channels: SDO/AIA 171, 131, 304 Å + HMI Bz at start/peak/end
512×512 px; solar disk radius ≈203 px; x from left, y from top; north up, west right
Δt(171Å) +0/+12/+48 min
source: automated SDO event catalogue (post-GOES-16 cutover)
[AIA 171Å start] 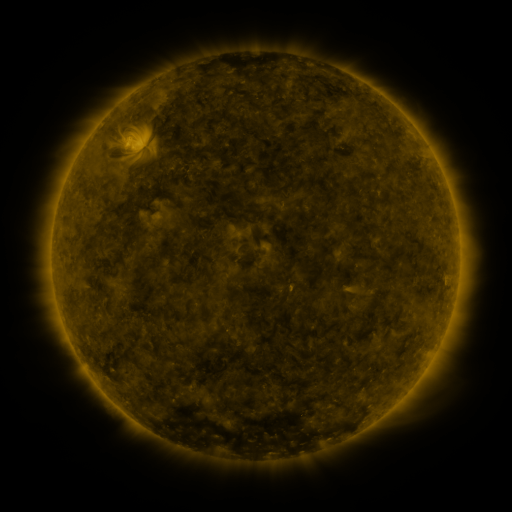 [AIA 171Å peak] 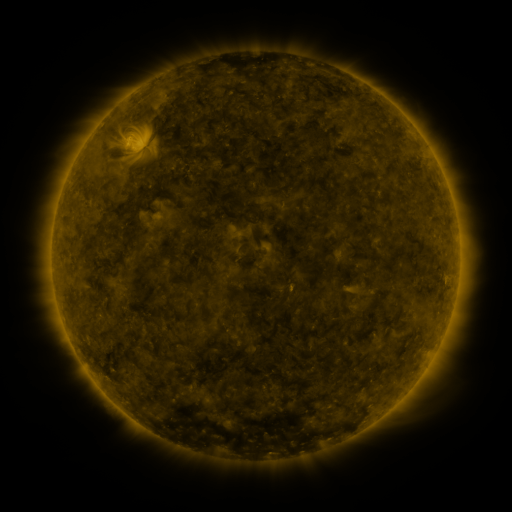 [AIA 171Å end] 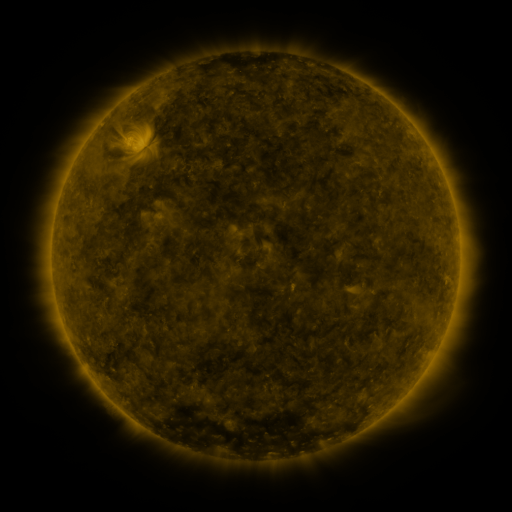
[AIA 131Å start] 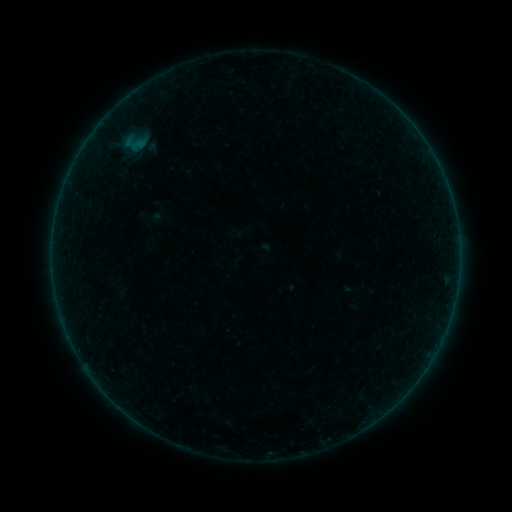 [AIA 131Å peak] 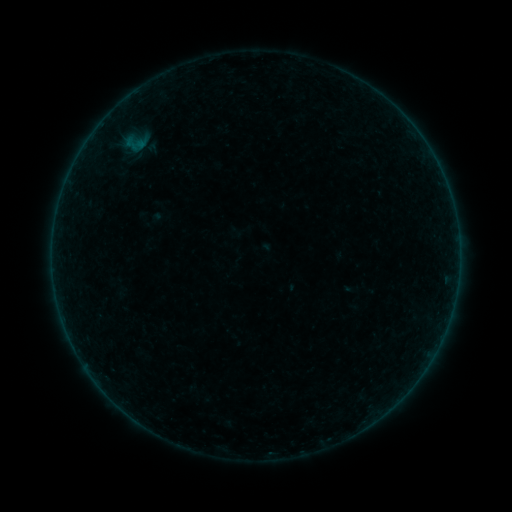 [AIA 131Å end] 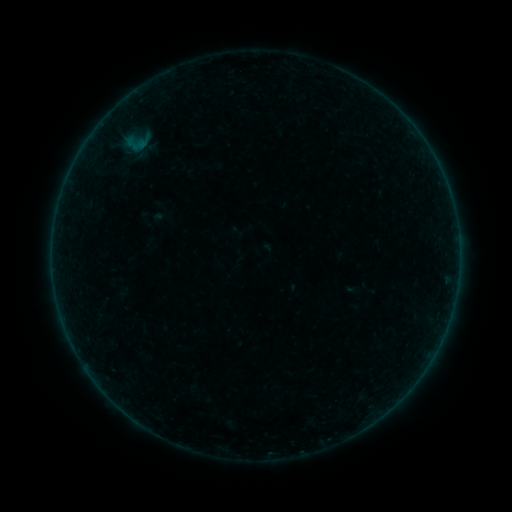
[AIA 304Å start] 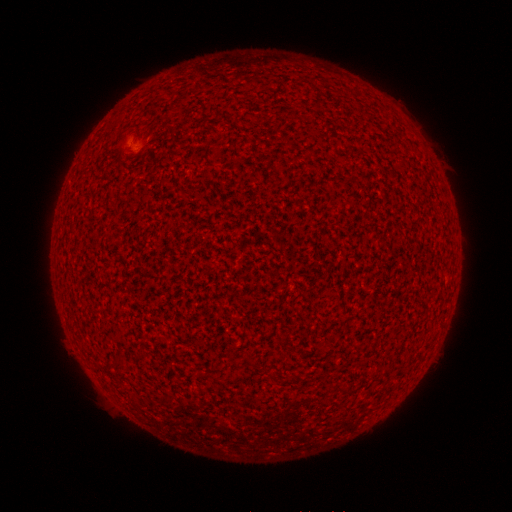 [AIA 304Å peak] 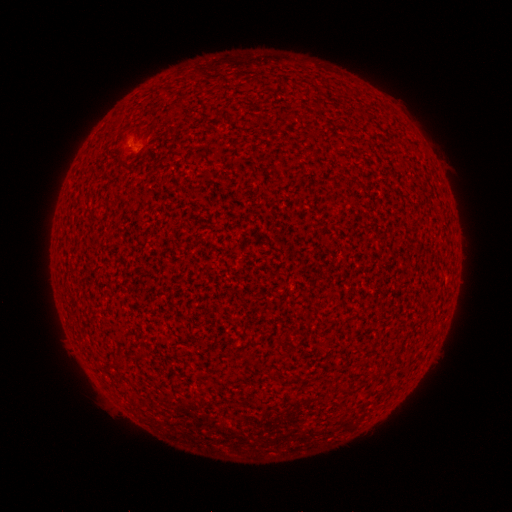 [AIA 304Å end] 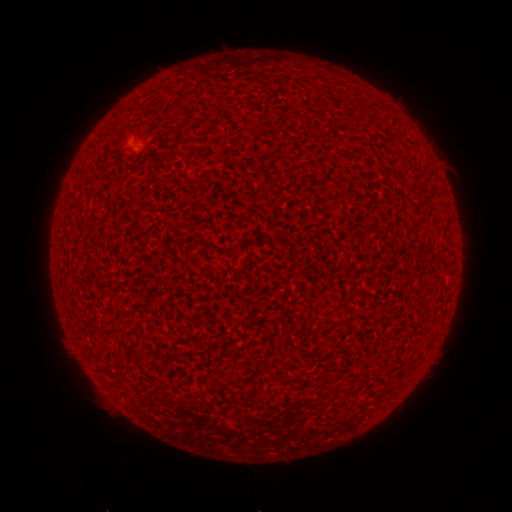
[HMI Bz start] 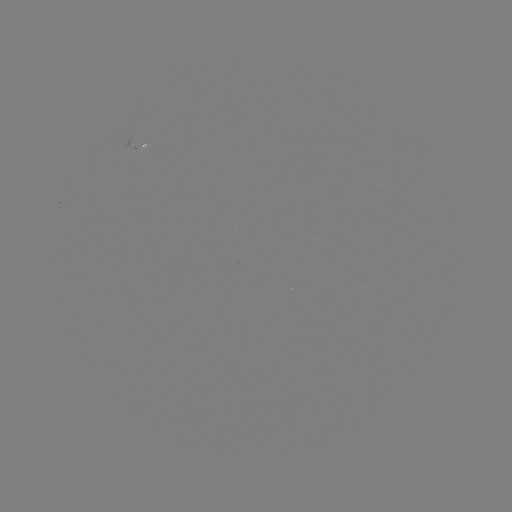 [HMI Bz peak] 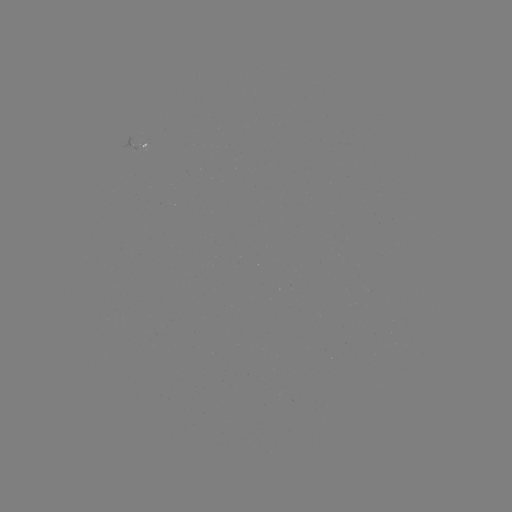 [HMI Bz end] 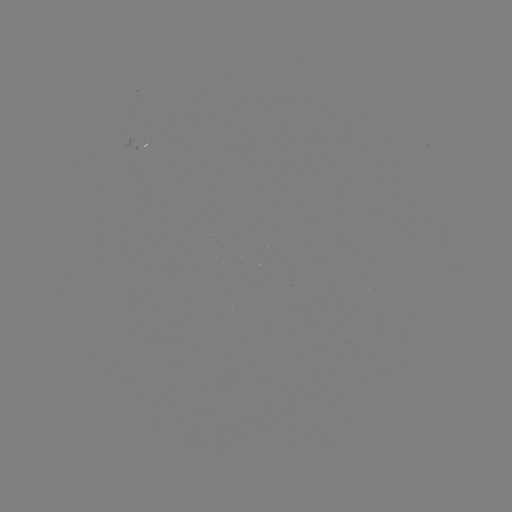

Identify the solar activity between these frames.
A3.7 flare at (131, 146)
